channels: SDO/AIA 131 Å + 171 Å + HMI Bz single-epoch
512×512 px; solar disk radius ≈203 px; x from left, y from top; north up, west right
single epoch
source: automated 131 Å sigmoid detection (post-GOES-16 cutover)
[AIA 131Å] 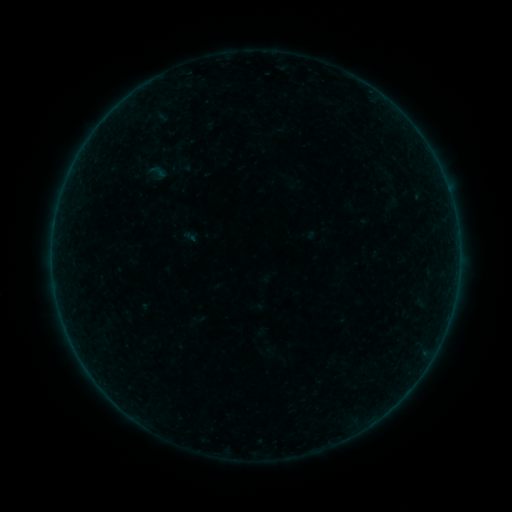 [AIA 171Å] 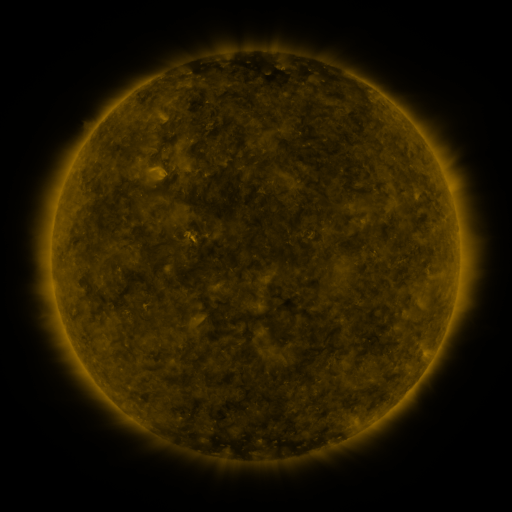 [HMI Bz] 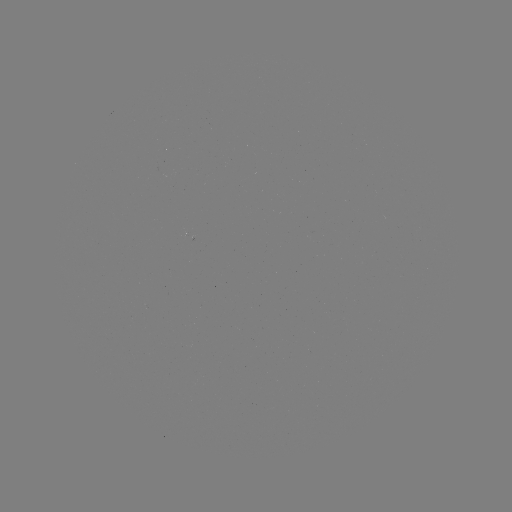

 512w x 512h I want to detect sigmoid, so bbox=[148, 162, 167, 181].